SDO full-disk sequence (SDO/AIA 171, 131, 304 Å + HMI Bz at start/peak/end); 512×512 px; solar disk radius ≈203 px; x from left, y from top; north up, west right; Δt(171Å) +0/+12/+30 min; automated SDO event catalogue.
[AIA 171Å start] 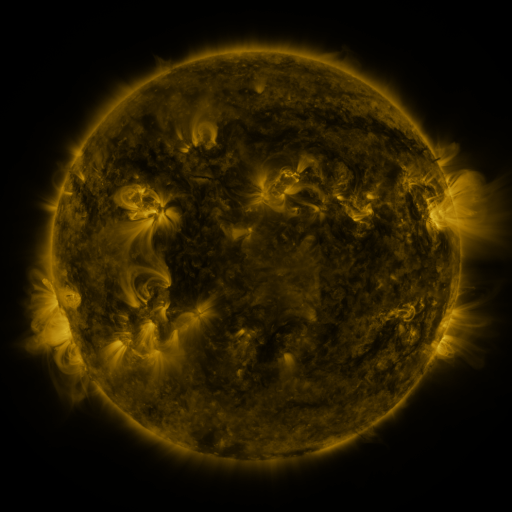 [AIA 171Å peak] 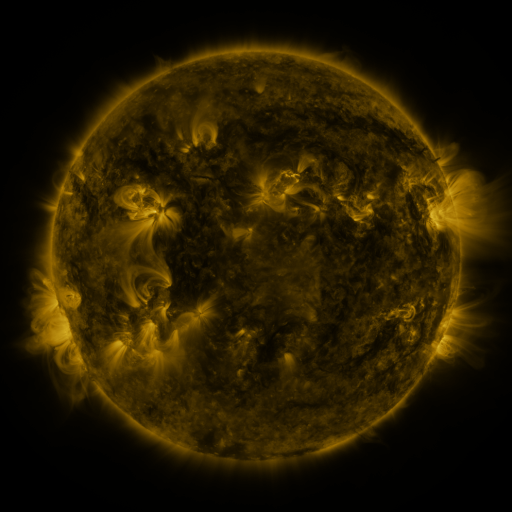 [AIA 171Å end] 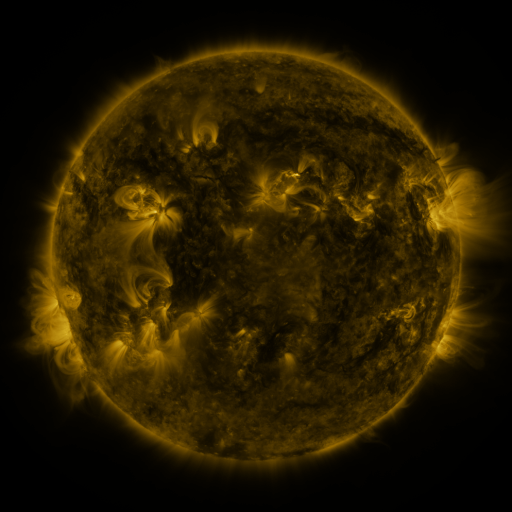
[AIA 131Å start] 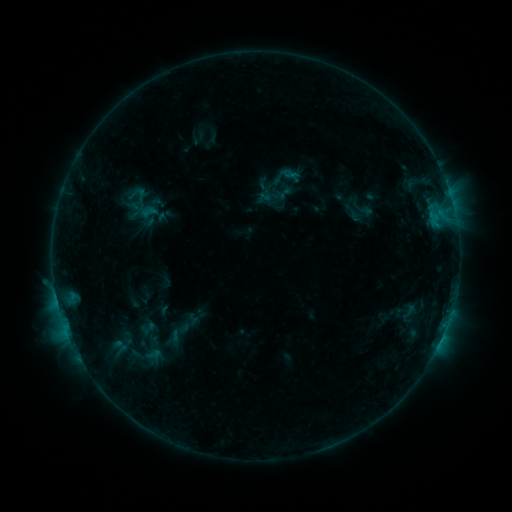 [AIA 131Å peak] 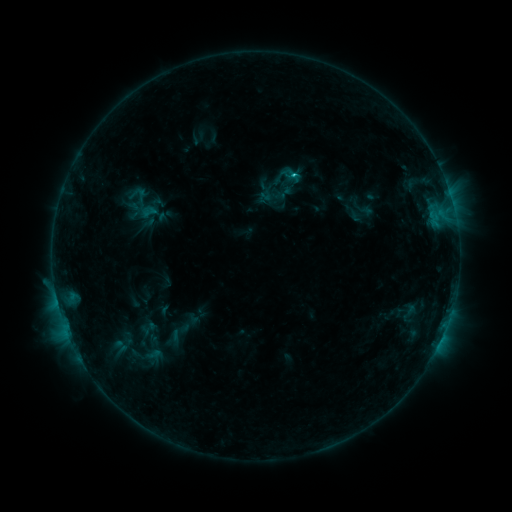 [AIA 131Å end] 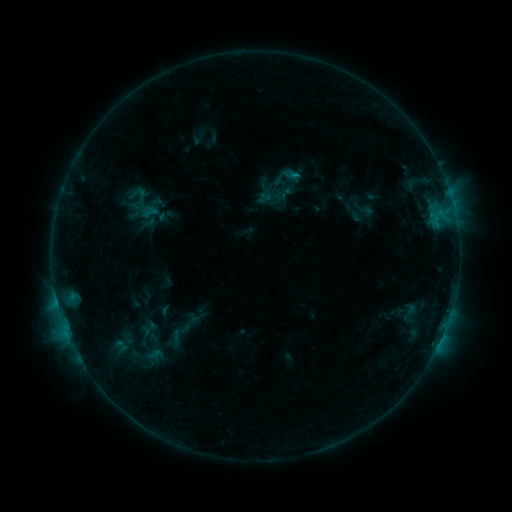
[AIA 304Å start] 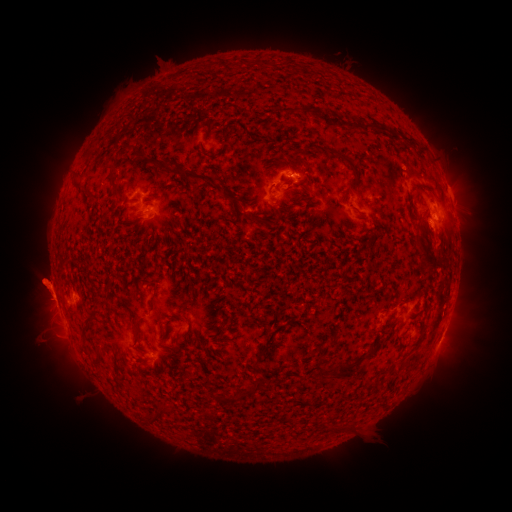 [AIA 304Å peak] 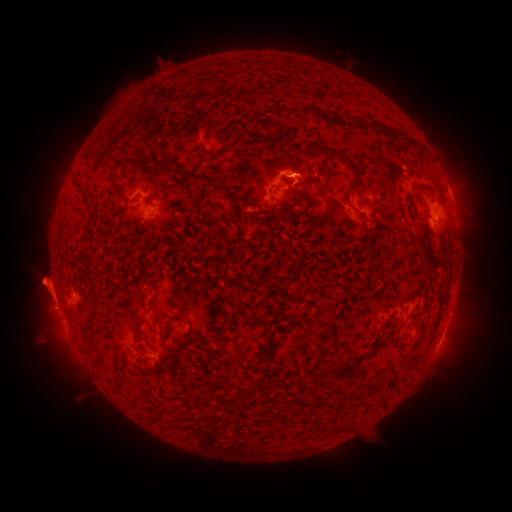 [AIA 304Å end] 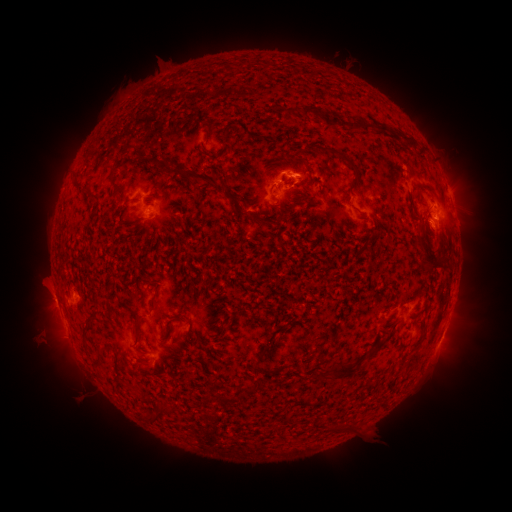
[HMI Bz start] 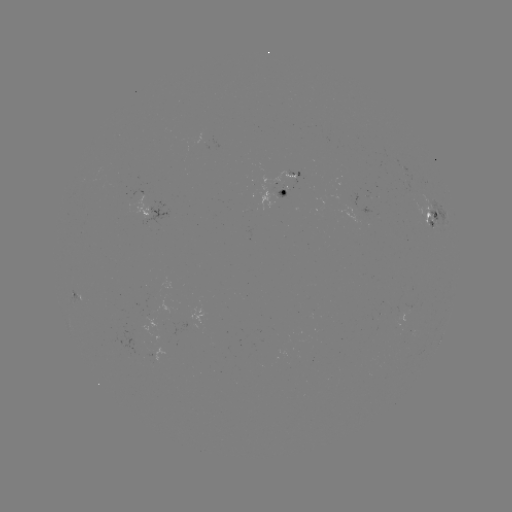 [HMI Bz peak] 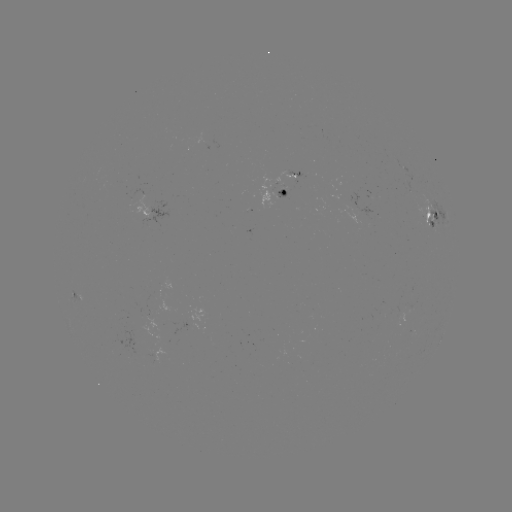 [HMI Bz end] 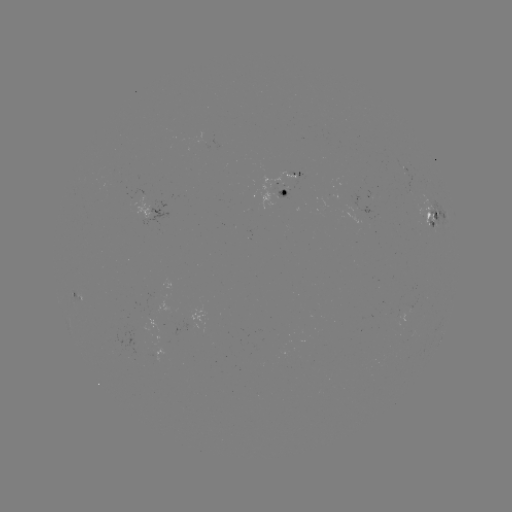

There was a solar flare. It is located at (292, 177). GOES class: C1.1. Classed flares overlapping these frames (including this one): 1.